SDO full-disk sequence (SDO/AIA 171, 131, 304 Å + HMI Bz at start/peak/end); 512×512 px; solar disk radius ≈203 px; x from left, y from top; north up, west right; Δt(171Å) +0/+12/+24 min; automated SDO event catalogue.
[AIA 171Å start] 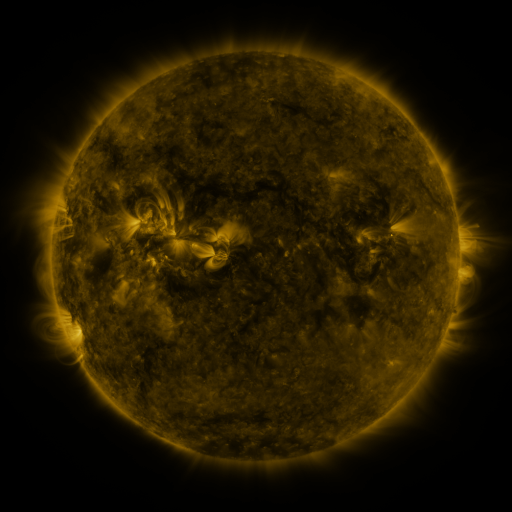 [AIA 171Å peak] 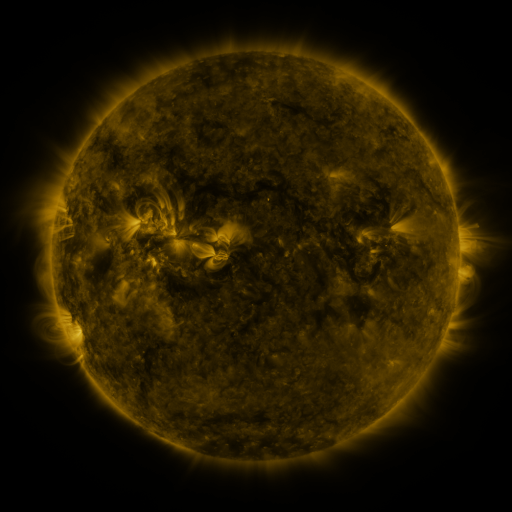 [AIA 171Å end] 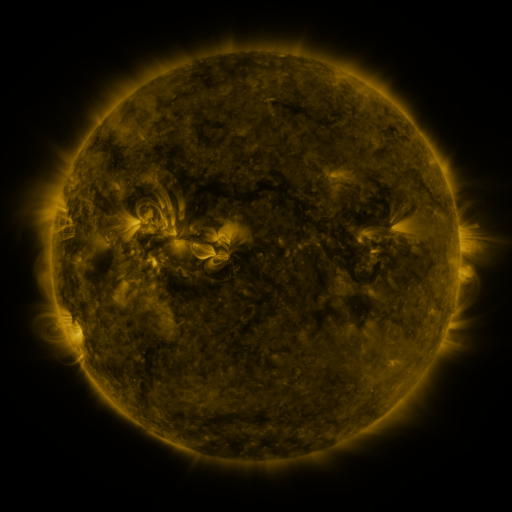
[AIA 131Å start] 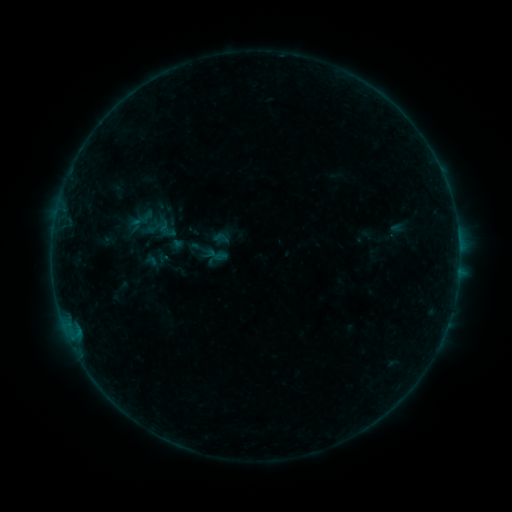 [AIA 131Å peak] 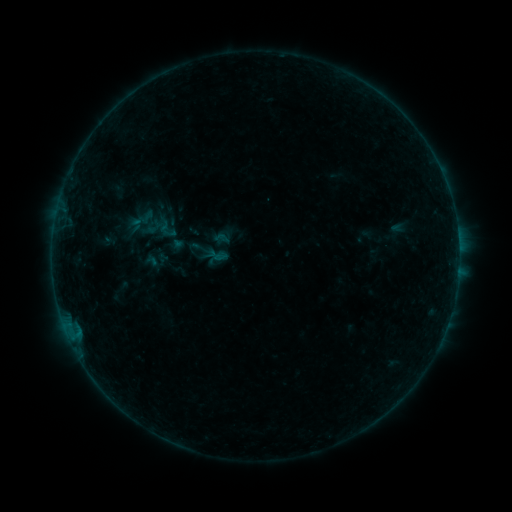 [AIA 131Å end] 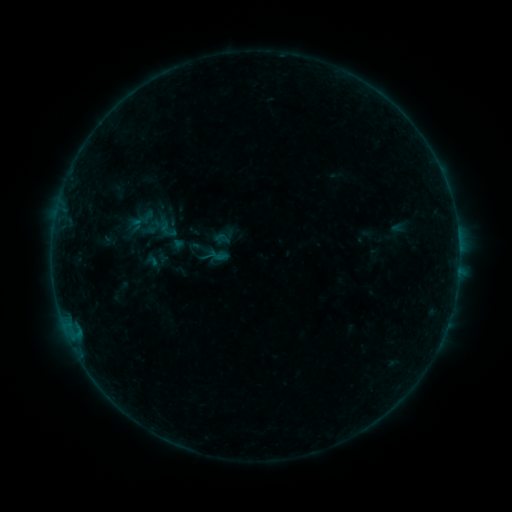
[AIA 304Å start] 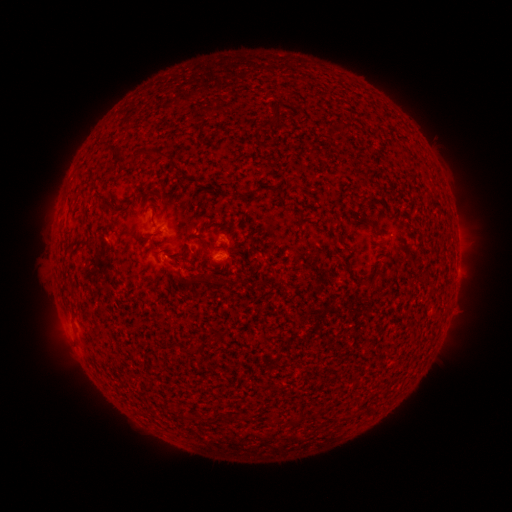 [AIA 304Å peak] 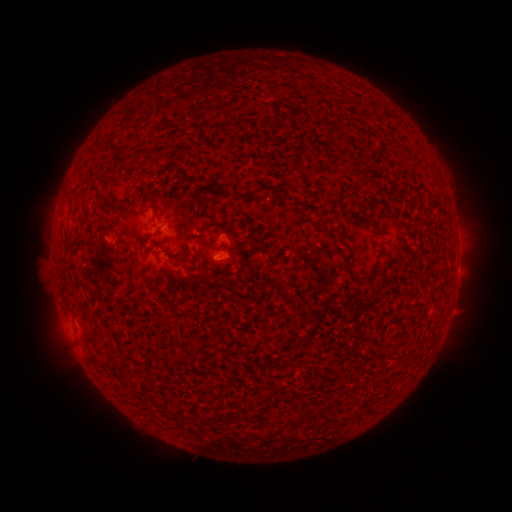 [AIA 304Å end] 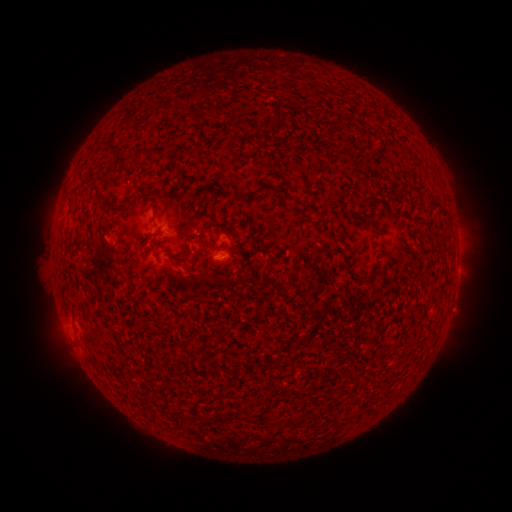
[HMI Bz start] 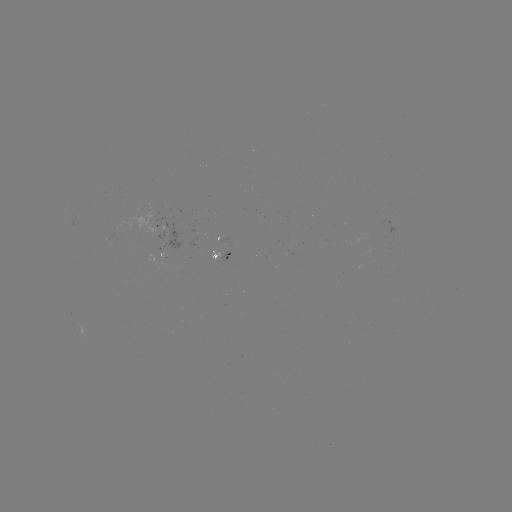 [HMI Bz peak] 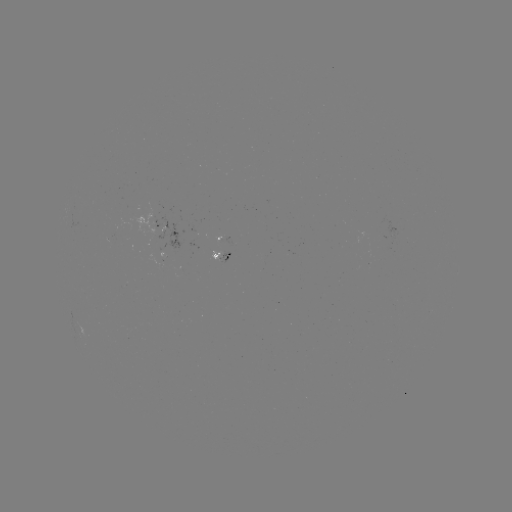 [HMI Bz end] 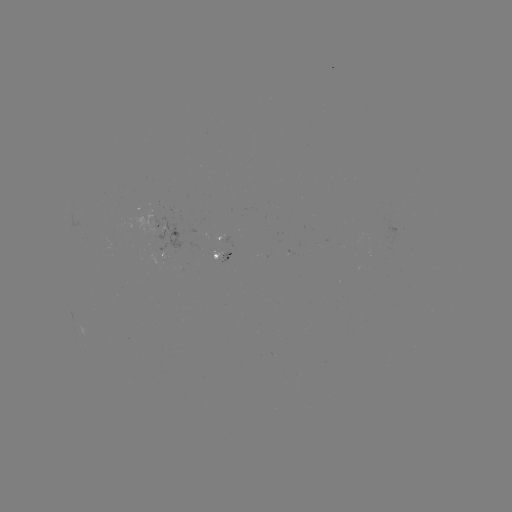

nothing was catalogued: no classed flare, no EUV trigger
